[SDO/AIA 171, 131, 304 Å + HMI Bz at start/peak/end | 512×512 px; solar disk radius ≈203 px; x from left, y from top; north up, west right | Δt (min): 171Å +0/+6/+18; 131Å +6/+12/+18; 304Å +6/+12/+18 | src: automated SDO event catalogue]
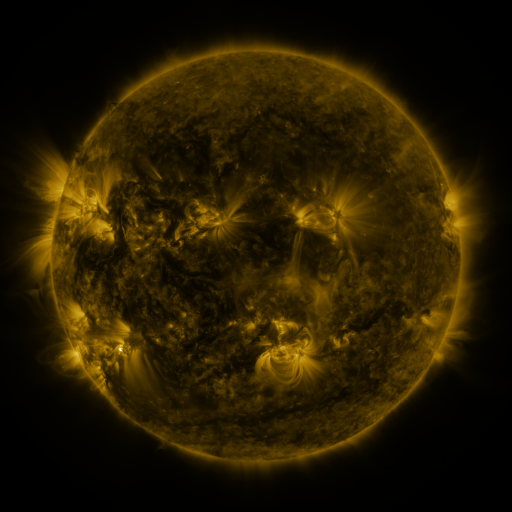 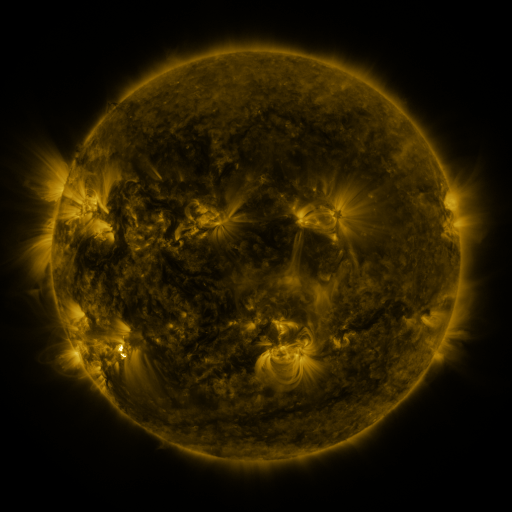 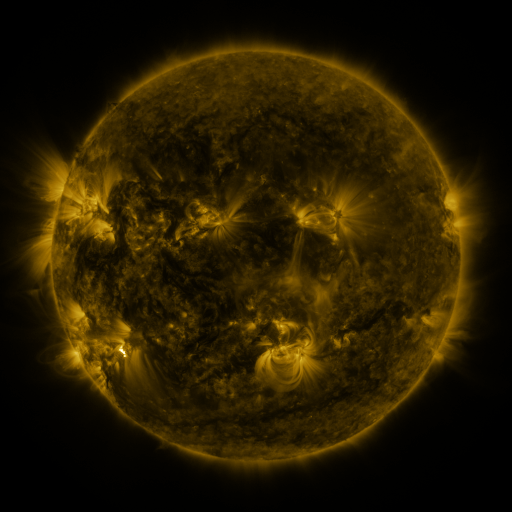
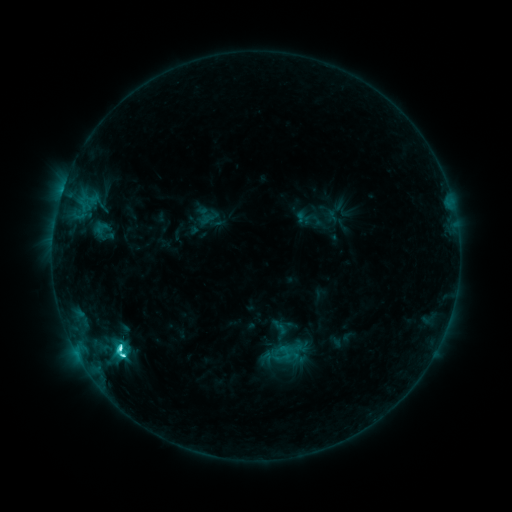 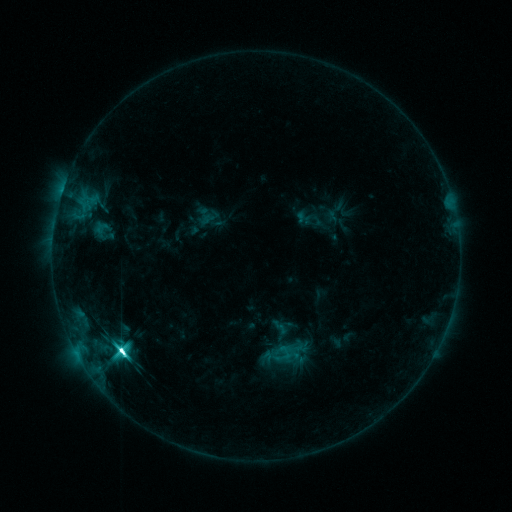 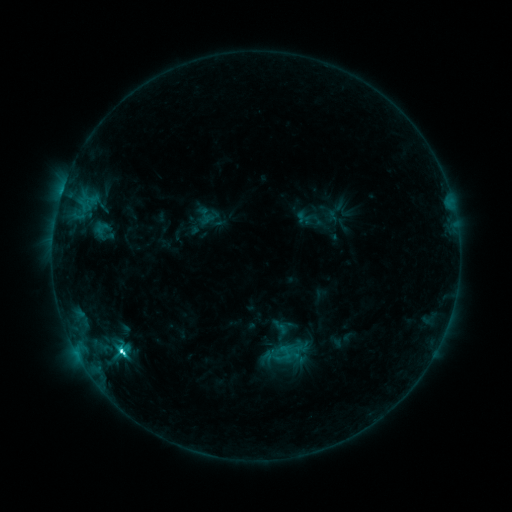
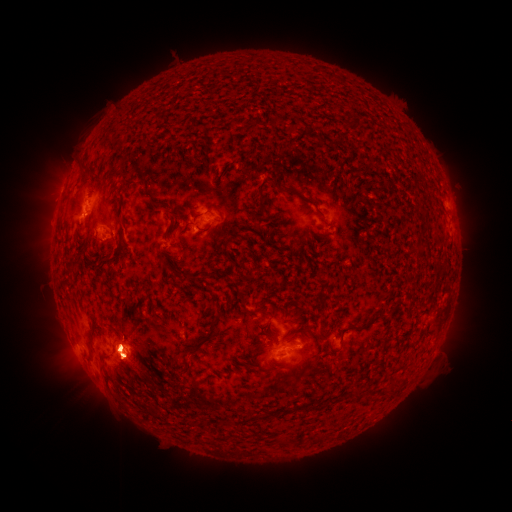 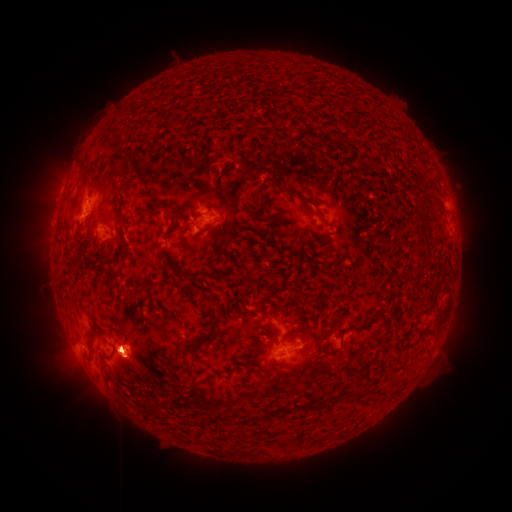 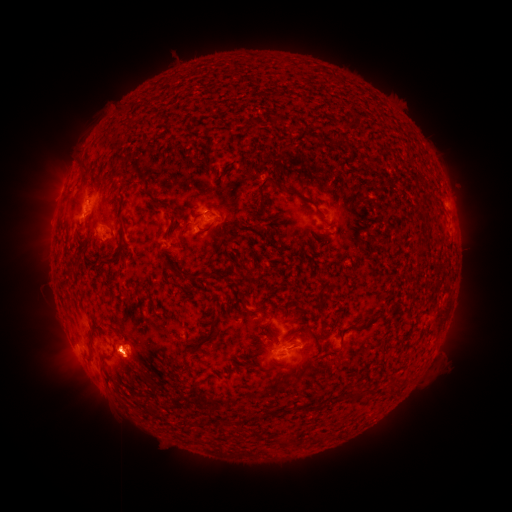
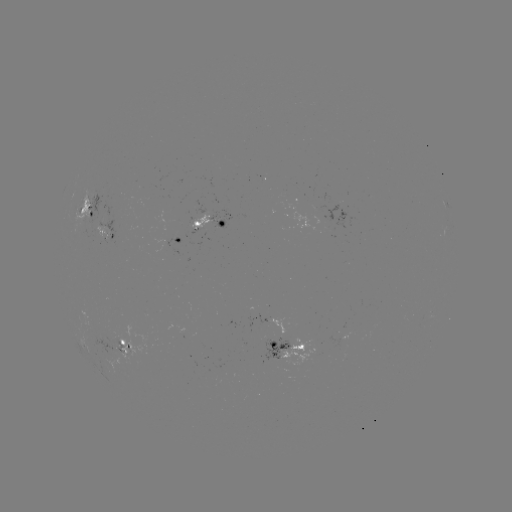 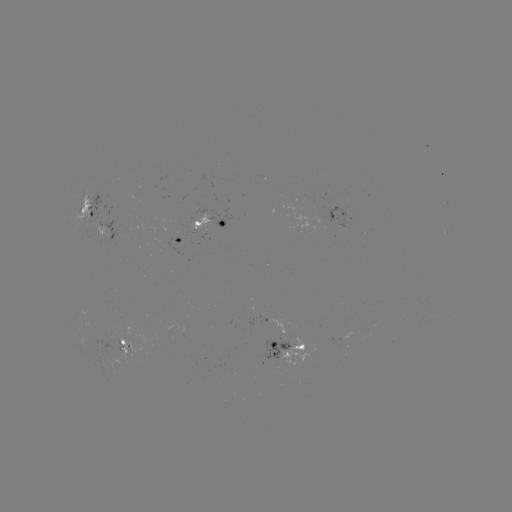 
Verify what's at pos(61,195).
eruption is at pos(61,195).